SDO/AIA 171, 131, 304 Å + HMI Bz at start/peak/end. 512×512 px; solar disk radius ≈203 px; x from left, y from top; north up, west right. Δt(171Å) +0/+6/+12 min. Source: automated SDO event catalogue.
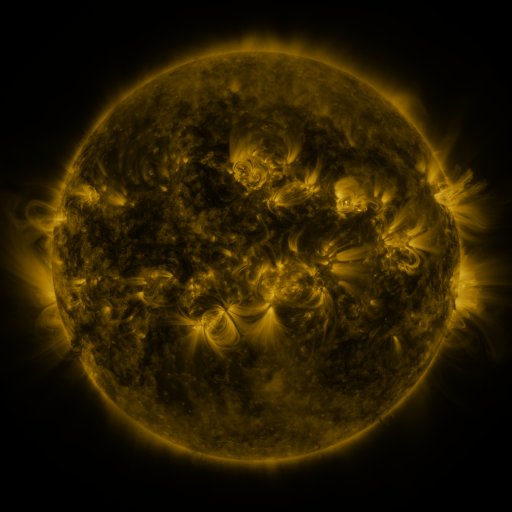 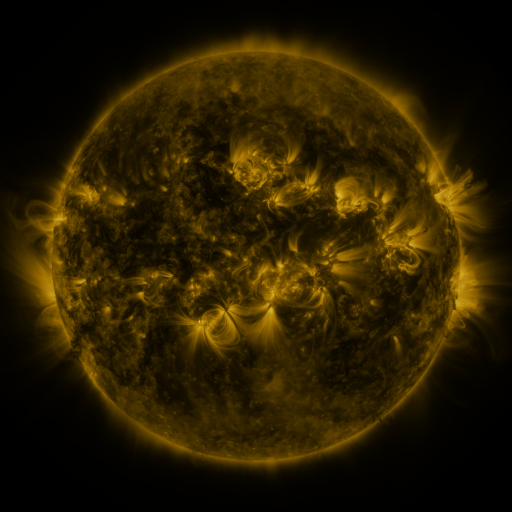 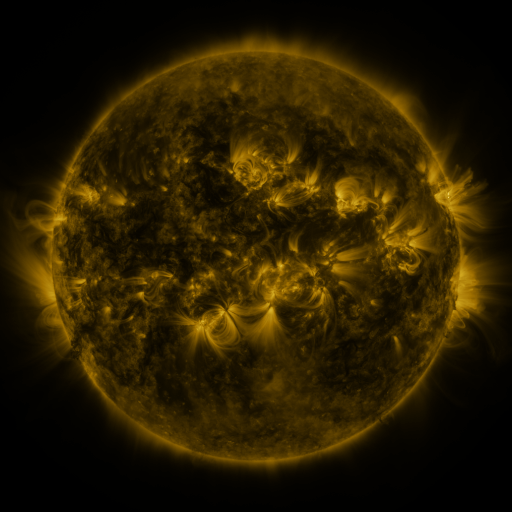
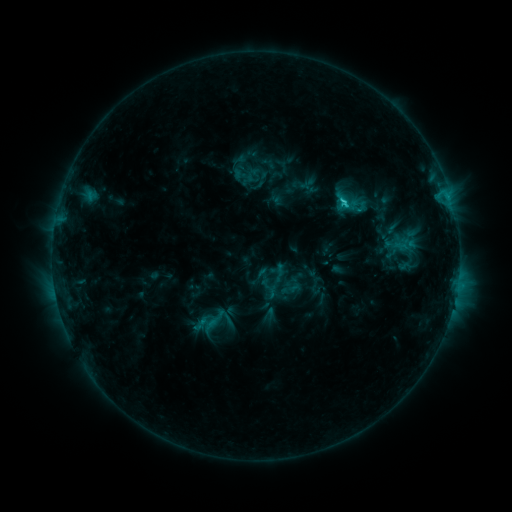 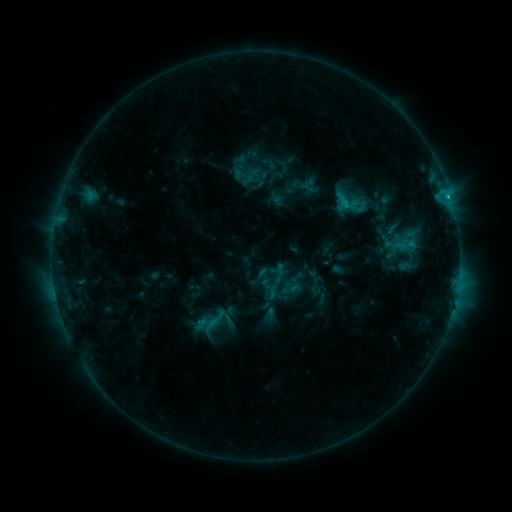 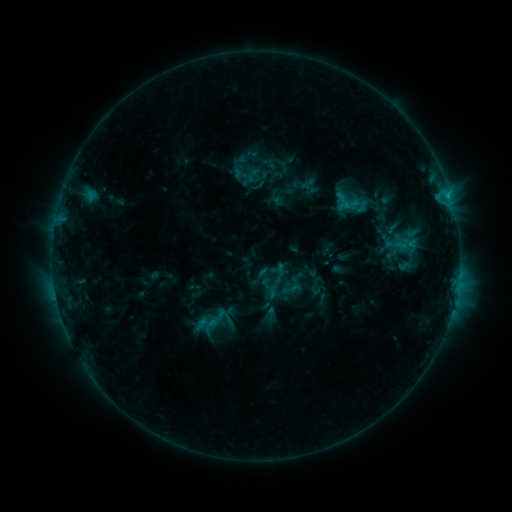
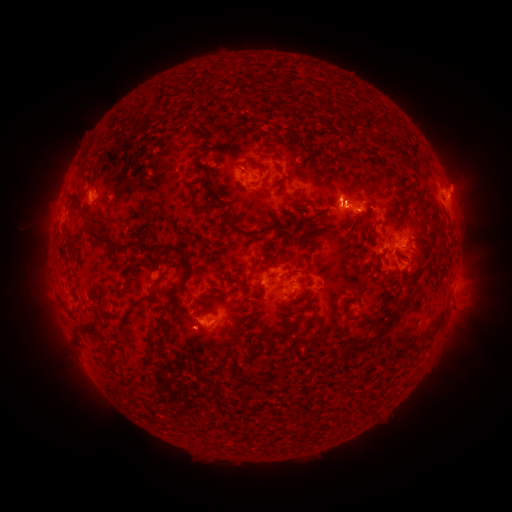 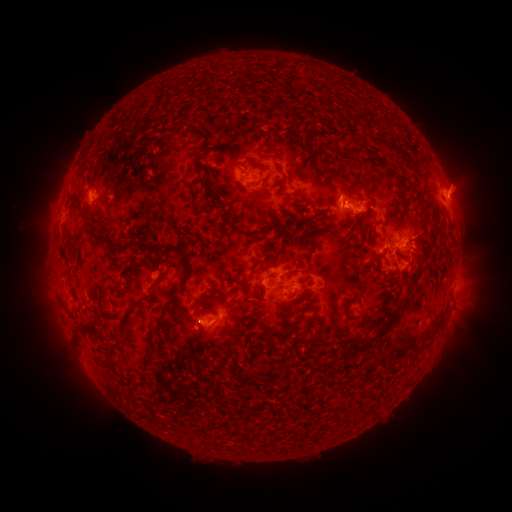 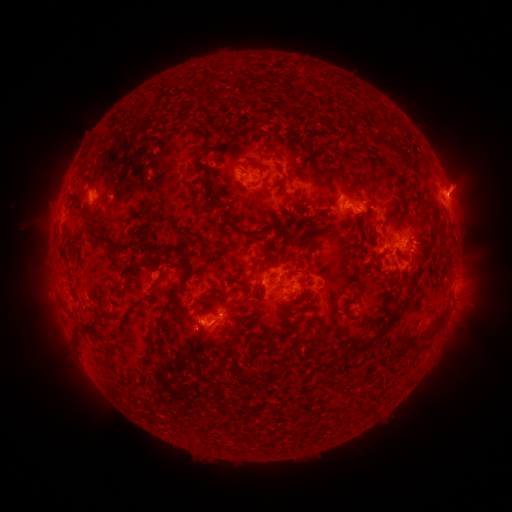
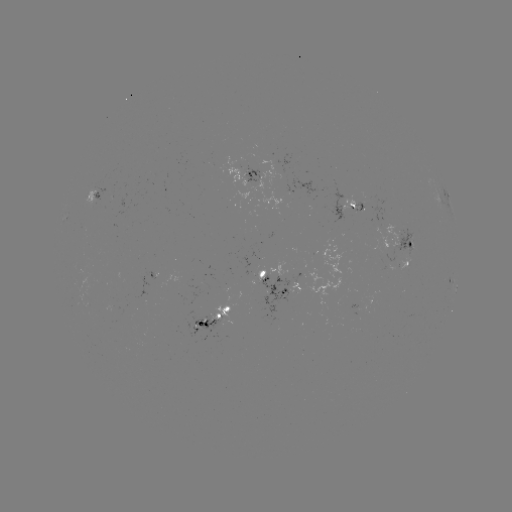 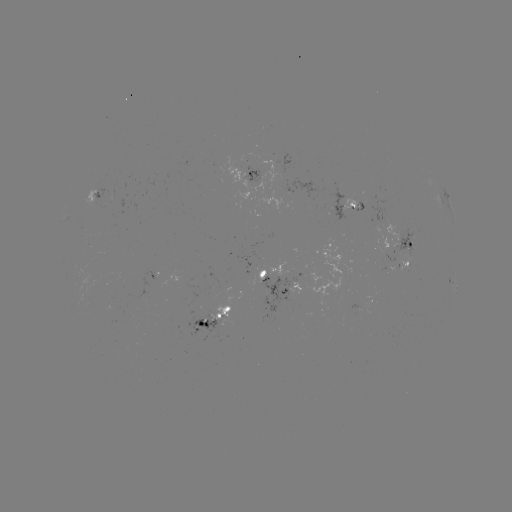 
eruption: [436, 155, 490, 212]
